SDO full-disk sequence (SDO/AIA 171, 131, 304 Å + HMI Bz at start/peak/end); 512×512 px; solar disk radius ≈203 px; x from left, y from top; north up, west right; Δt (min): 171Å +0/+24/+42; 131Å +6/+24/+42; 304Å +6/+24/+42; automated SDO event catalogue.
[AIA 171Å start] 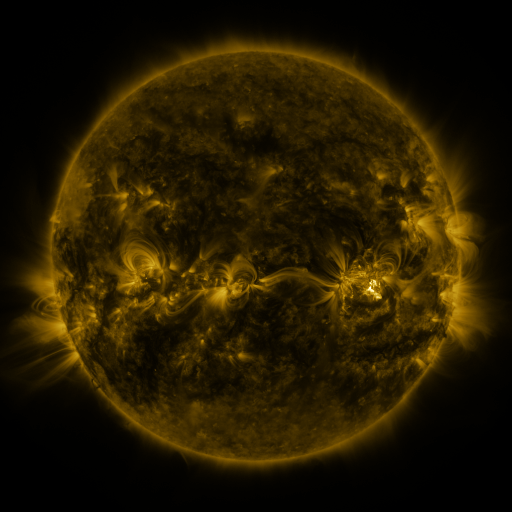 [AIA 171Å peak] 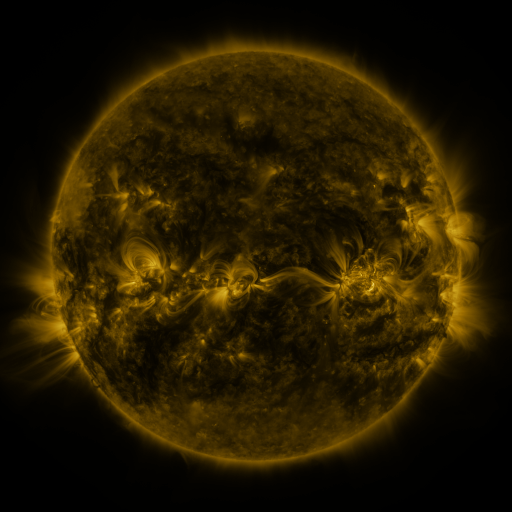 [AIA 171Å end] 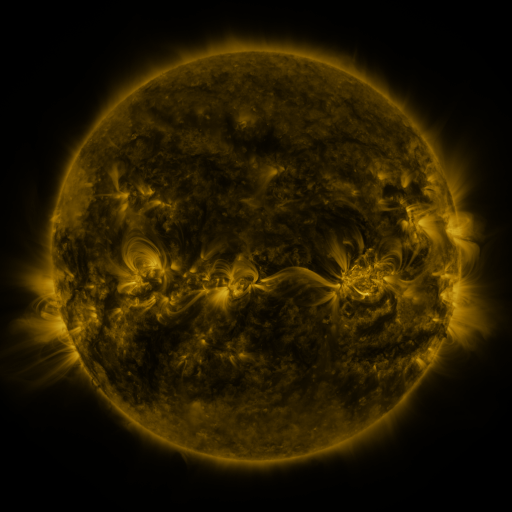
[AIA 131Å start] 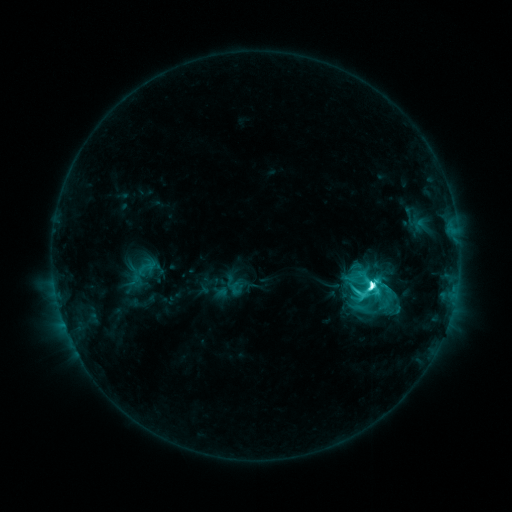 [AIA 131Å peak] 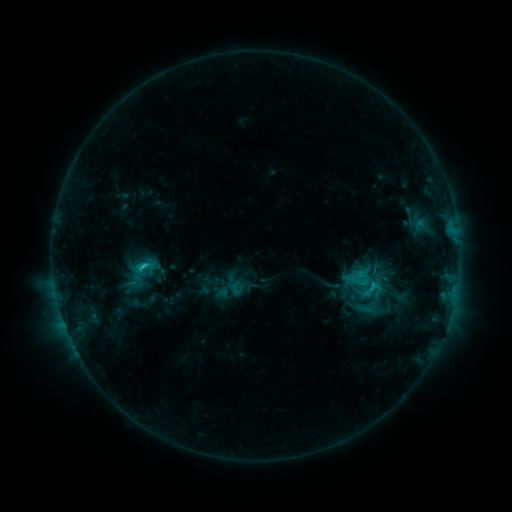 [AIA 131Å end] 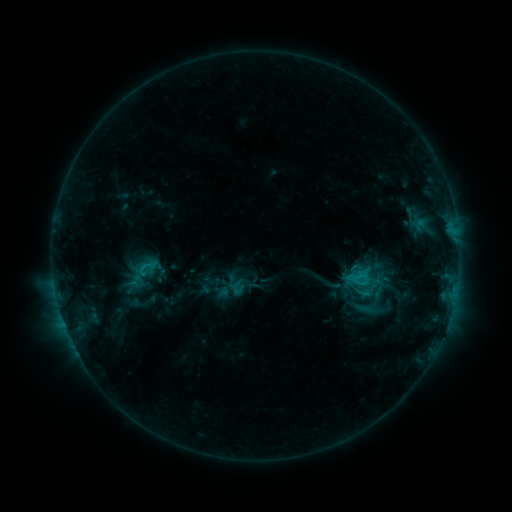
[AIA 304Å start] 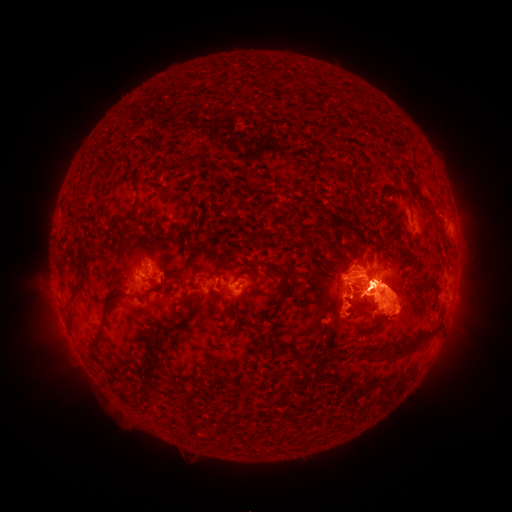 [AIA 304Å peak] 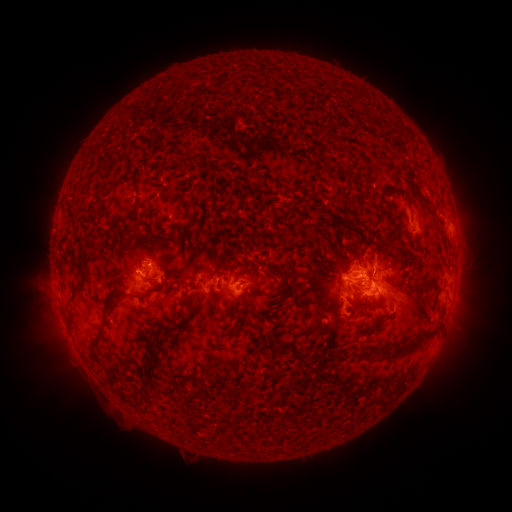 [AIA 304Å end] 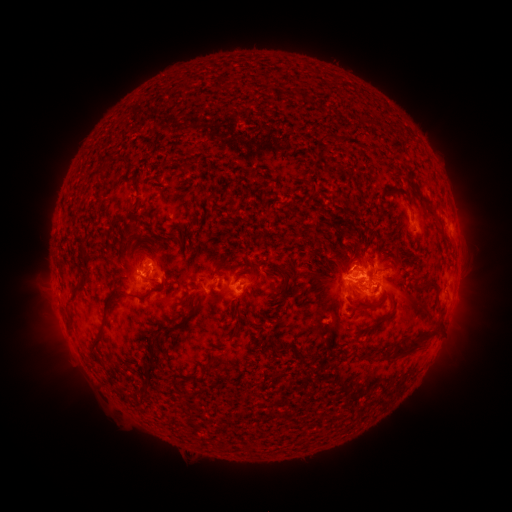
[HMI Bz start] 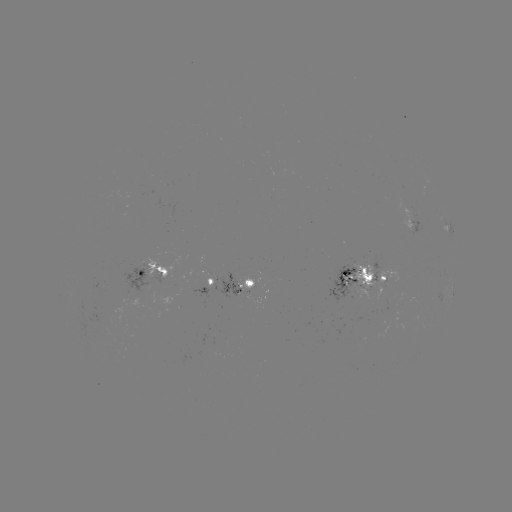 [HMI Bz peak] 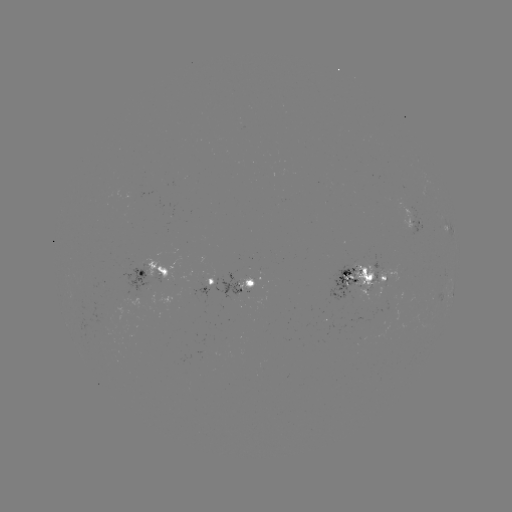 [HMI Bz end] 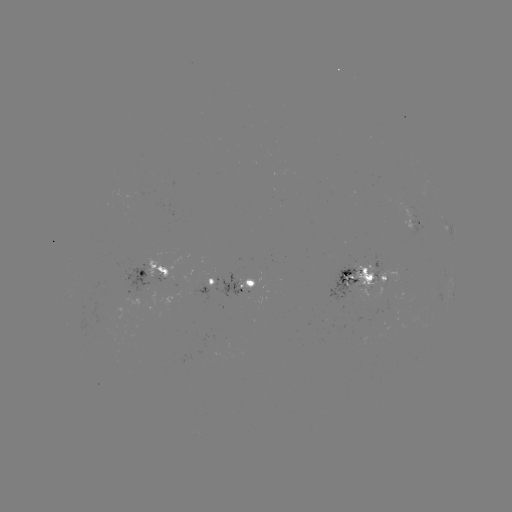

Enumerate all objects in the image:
eruption: (408, 315)
